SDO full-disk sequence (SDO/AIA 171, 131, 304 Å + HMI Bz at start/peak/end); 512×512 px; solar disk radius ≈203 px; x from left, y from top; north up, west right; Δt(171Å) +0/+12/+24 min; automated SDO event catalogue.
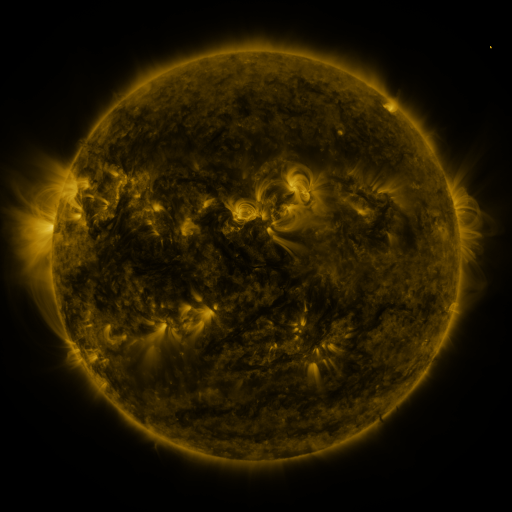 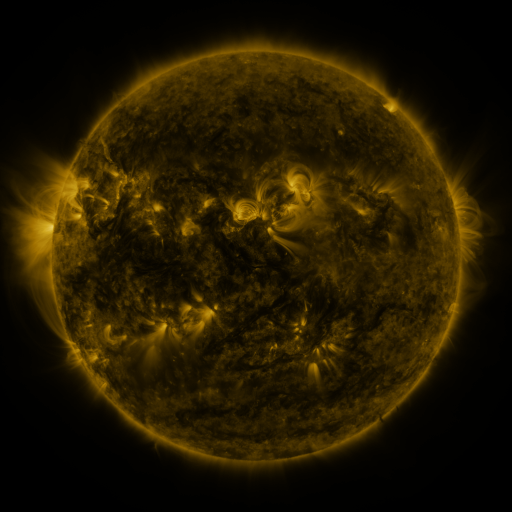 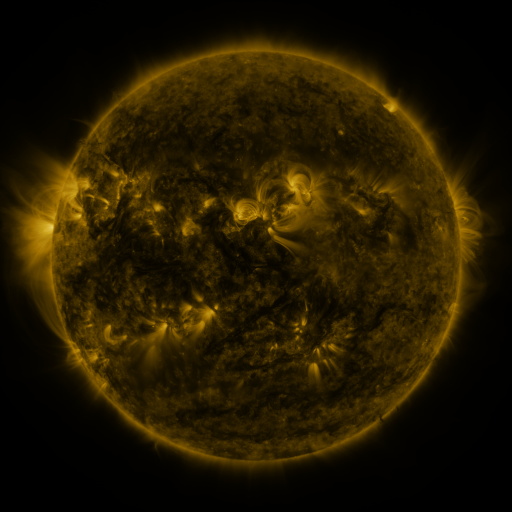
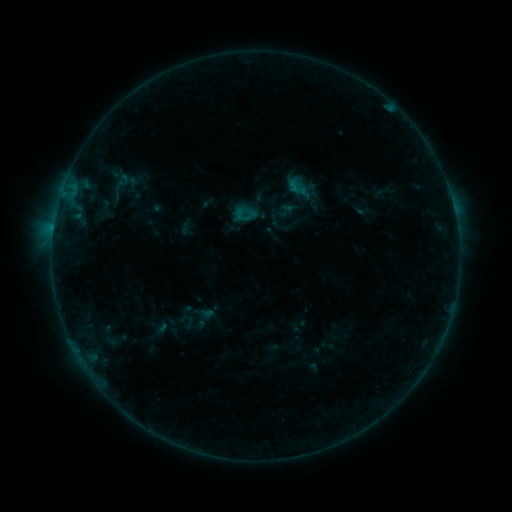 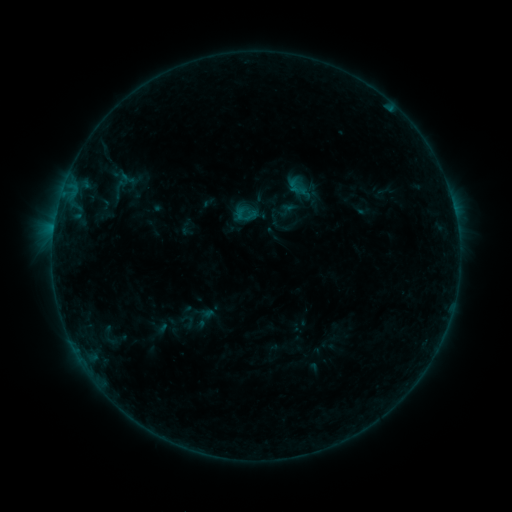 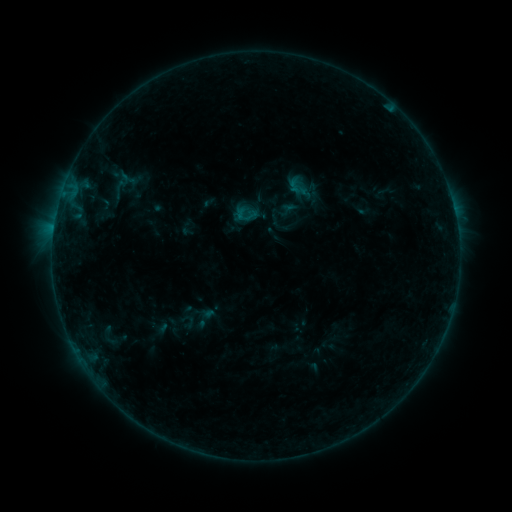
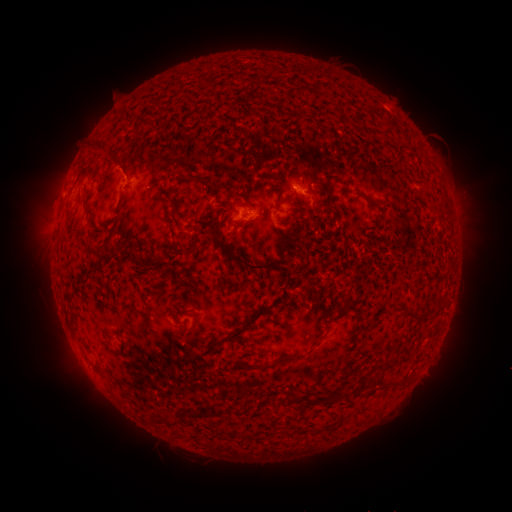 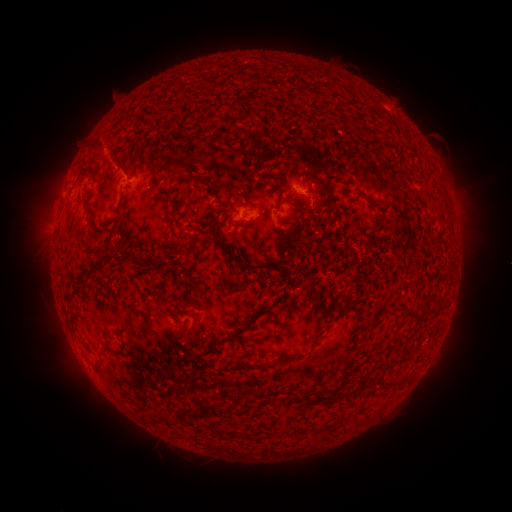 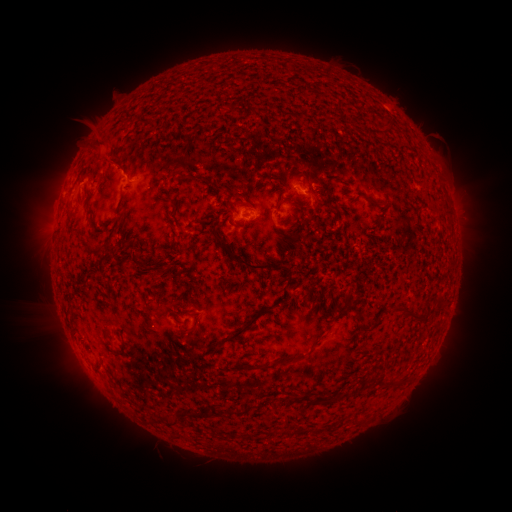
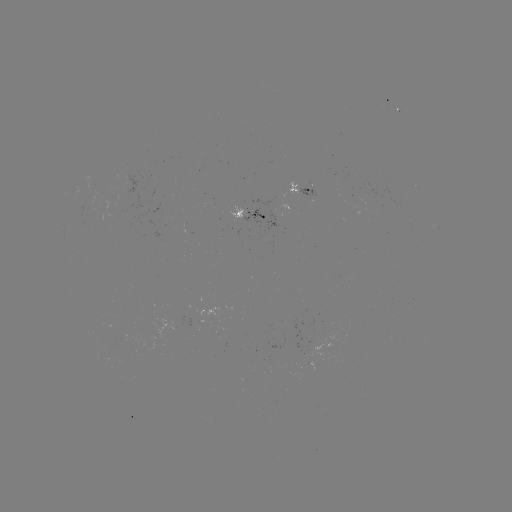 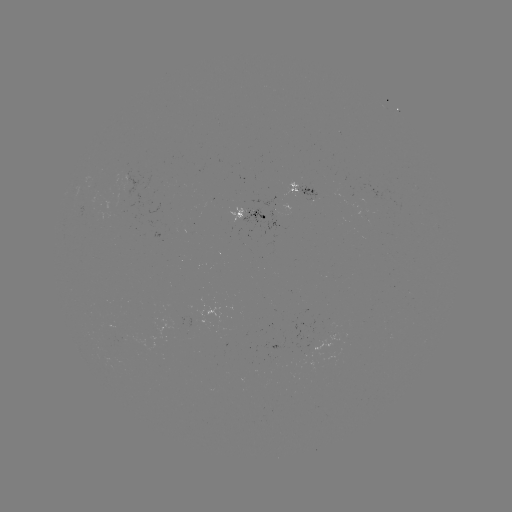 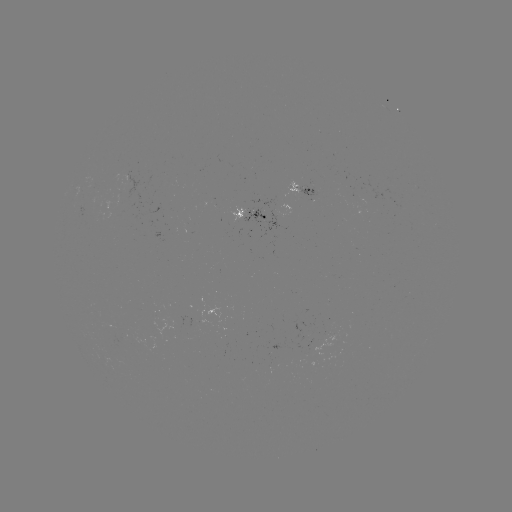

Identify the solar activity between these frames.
eruption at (105, 151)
